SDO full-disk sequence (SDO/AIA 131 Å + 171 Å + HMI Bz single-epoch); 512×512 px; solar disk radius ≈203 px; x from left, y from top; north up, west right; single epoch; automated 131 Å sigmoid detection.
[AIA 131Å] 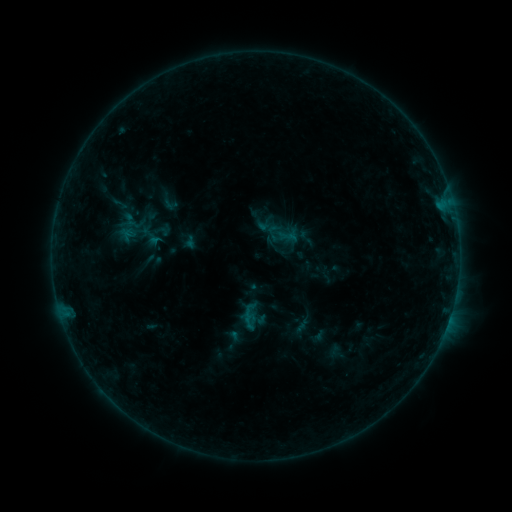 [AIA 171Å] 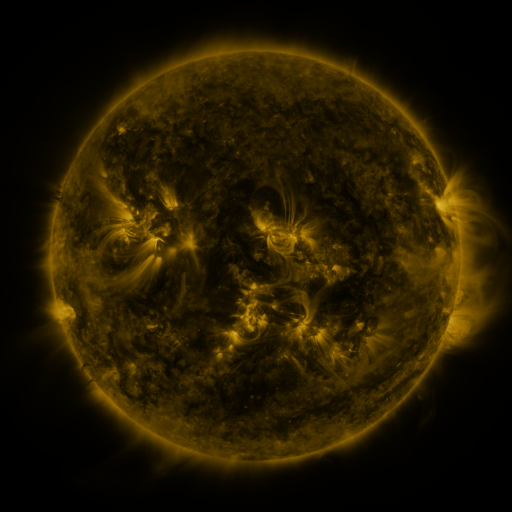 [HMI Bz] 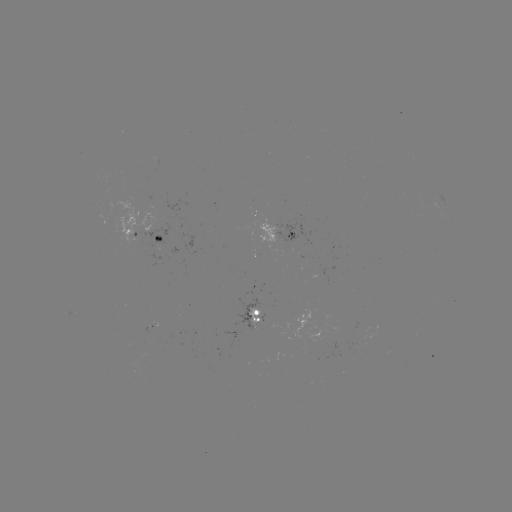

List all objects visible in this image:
sigmoid: (275, 209)
sigmoid: (267, 222)
